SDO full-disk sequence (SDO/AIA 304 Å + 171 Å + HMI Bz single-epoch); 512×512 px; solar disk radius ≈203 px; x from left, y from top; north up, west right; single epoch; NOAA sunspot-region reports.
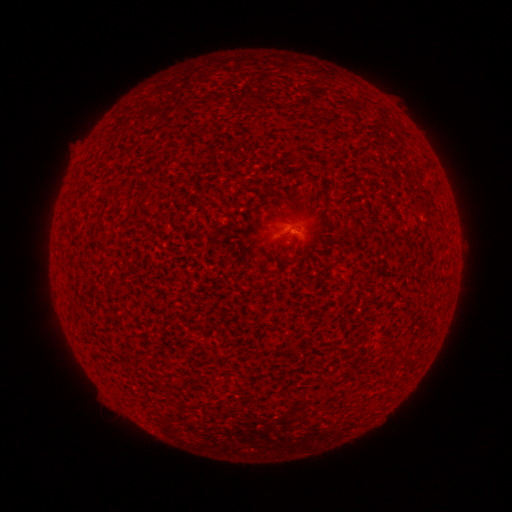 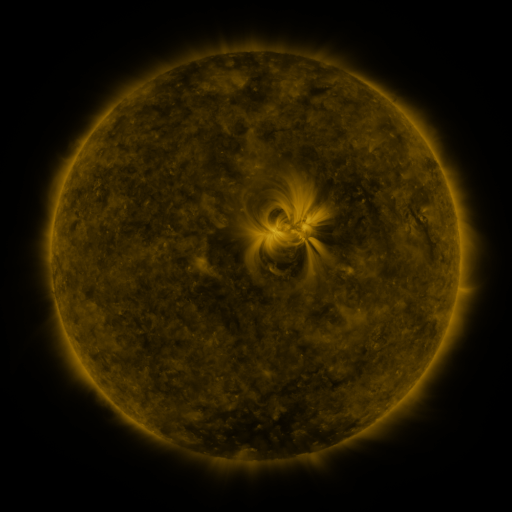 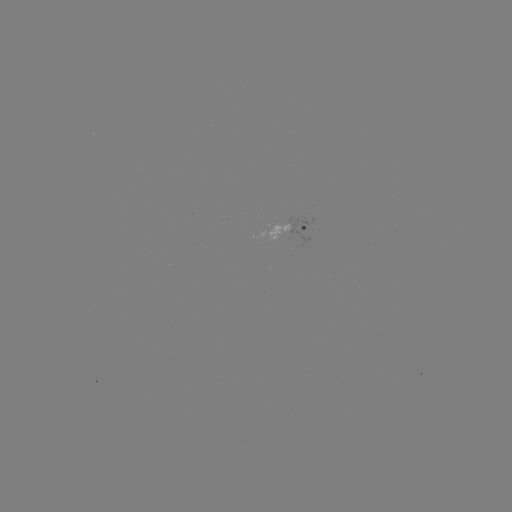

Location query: spotted active region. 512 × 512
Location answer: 291,228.